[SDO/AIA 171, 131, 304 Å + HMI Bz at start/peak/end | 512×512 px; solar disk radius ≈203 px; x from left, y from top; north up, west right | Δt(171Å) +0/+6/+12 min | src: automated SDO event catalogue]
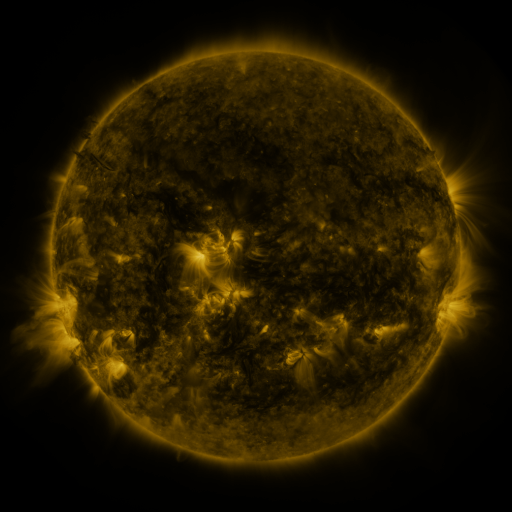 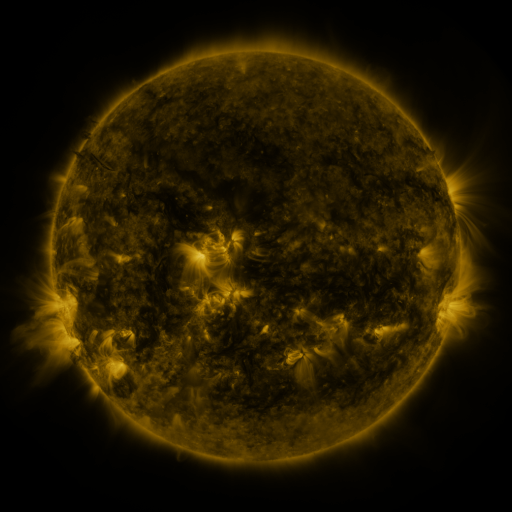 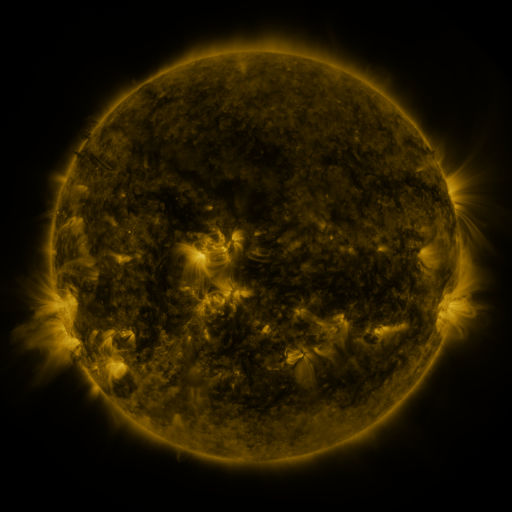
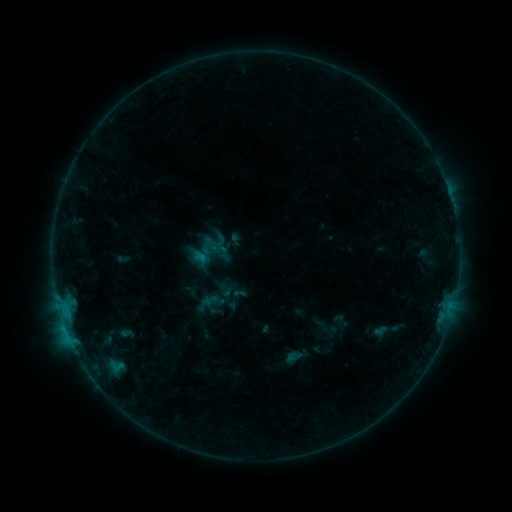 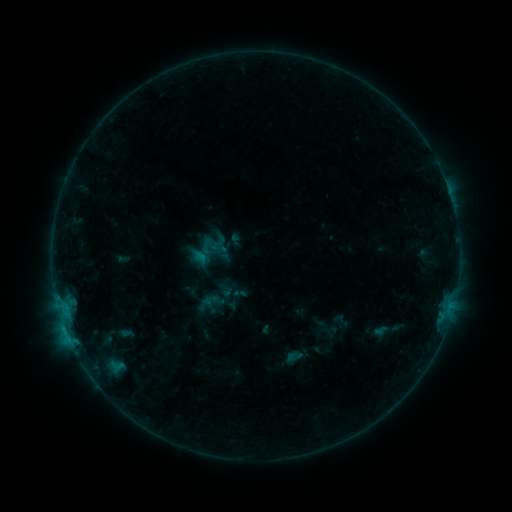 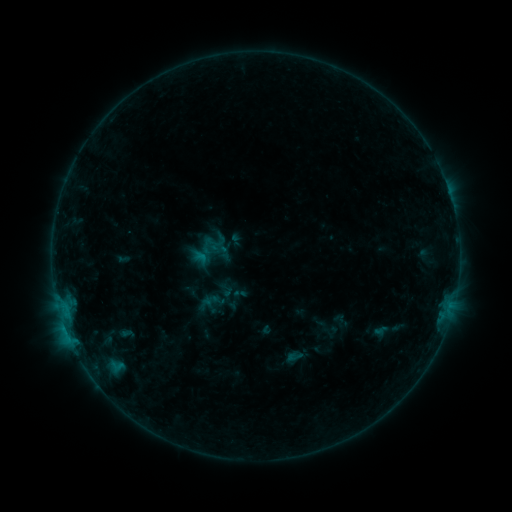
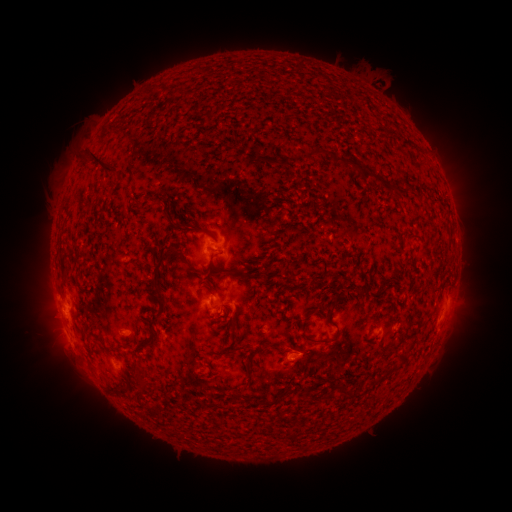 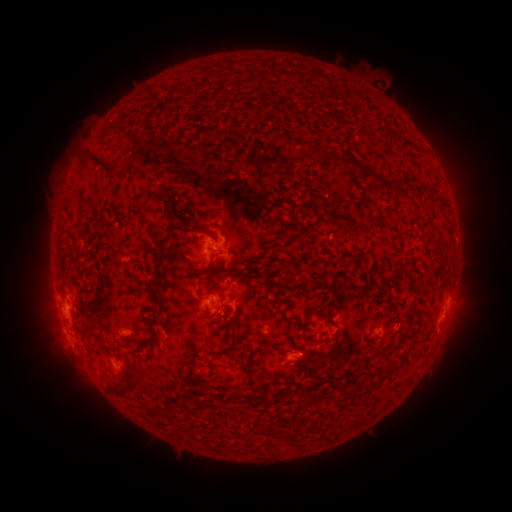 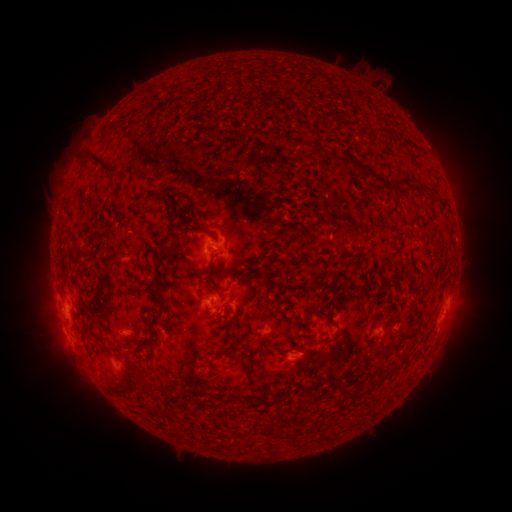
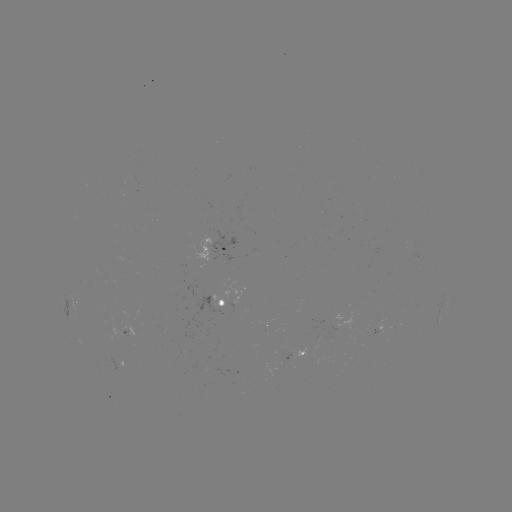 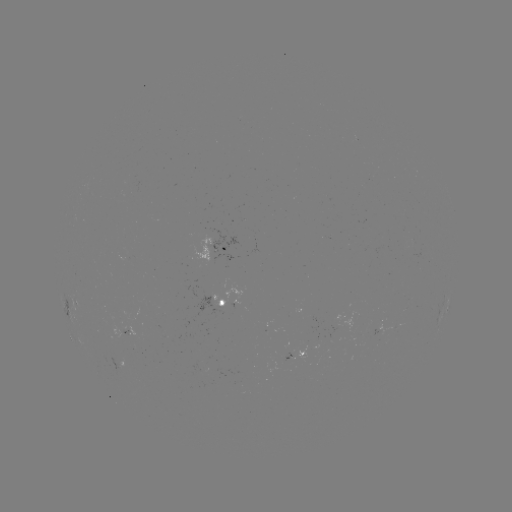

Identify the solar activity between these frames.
no classed flare was catalogued and no EUV brightening was flagged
